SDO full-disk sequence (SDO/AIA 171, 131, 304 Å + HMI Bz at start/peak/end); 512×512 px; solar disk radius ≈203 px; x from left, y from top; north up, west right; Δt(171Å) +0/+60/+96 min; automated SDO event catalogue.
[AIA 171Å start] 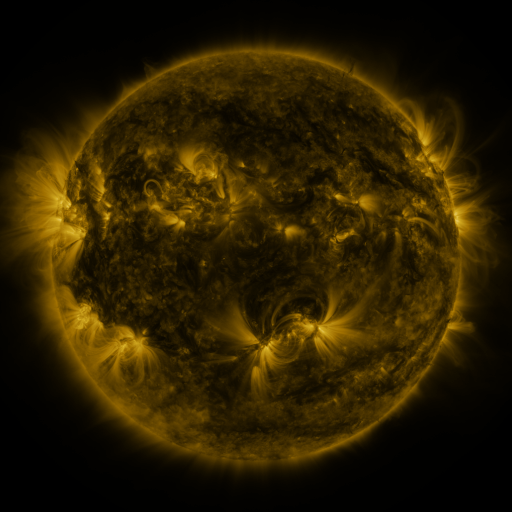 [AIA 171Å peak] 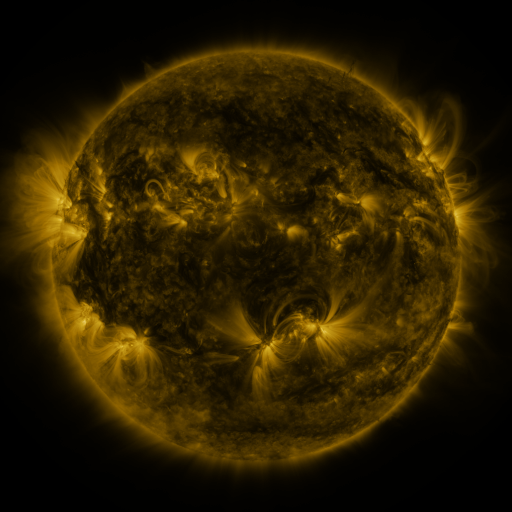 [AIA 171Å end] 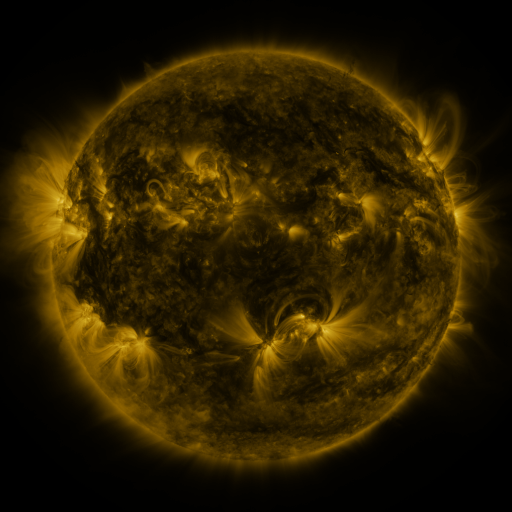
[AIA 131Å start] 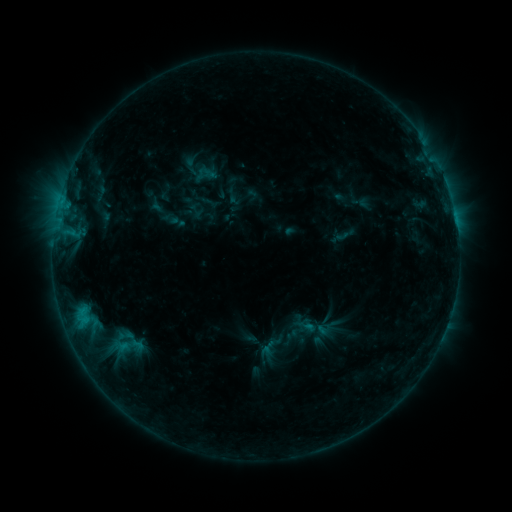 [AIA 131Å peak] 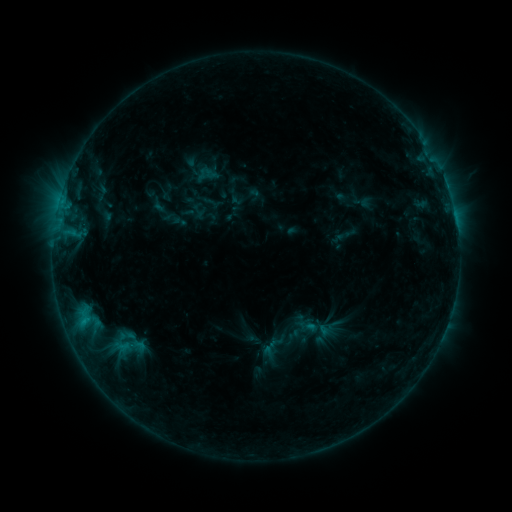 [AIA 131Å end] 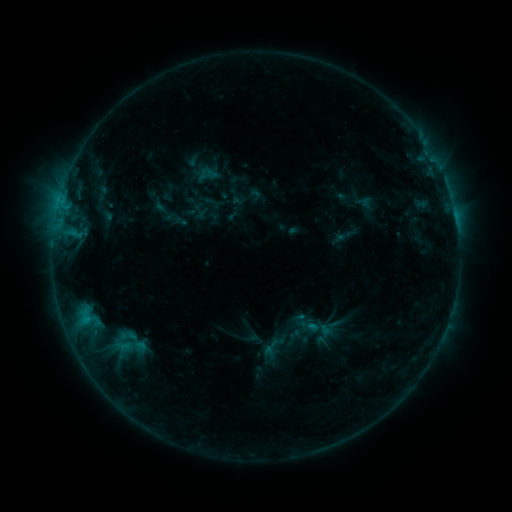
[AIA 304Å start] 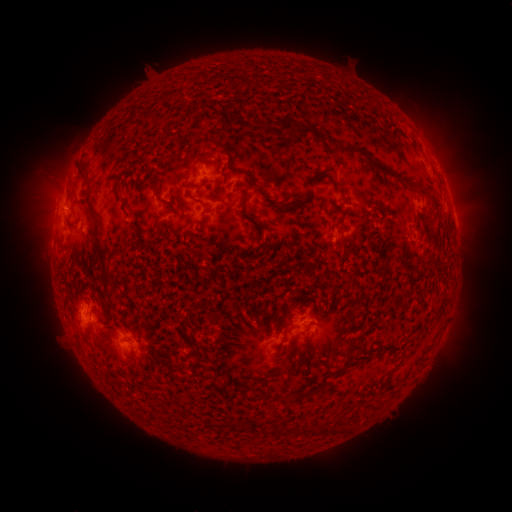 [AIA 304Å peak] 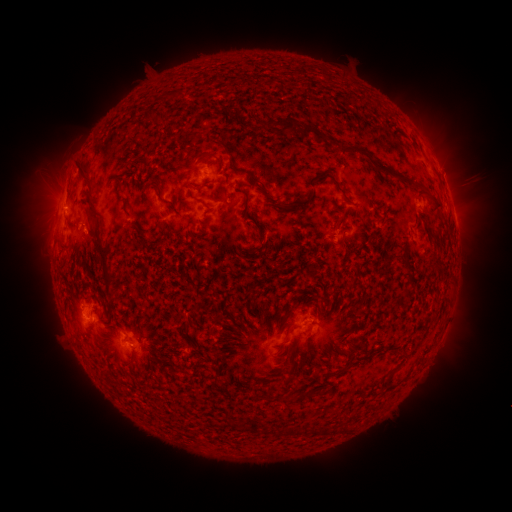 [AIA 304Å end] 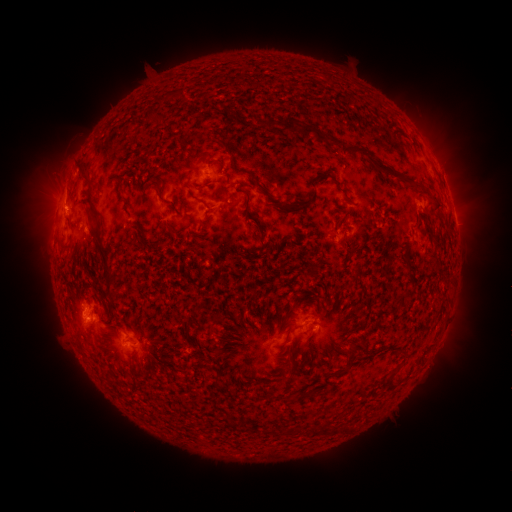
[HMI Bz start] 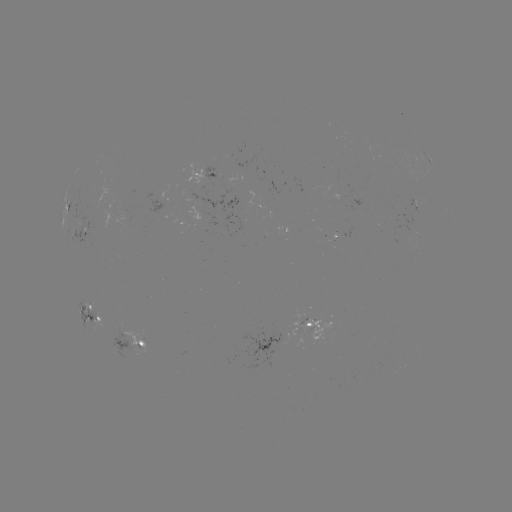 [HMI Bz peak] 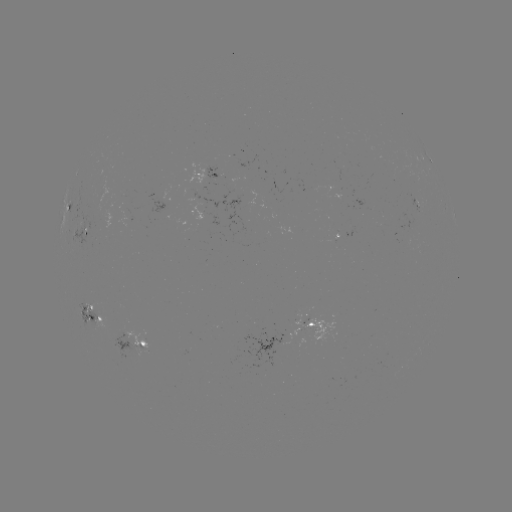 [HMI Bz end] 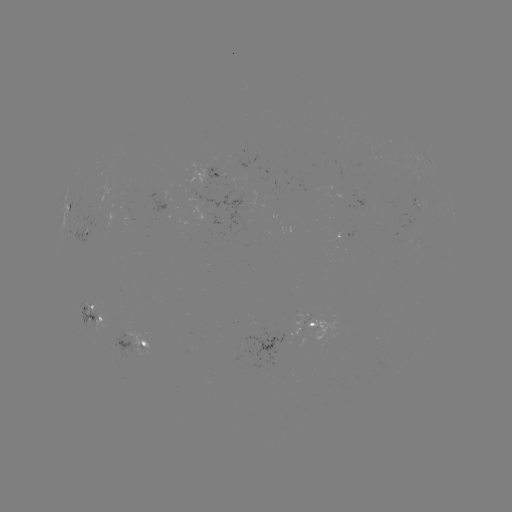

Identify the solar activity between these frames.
emerging-flux region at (418, 207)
